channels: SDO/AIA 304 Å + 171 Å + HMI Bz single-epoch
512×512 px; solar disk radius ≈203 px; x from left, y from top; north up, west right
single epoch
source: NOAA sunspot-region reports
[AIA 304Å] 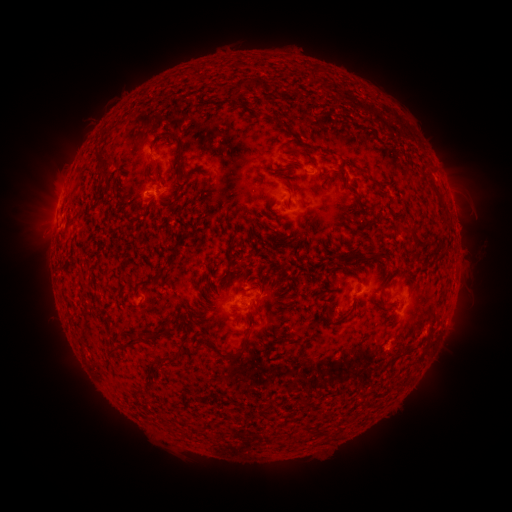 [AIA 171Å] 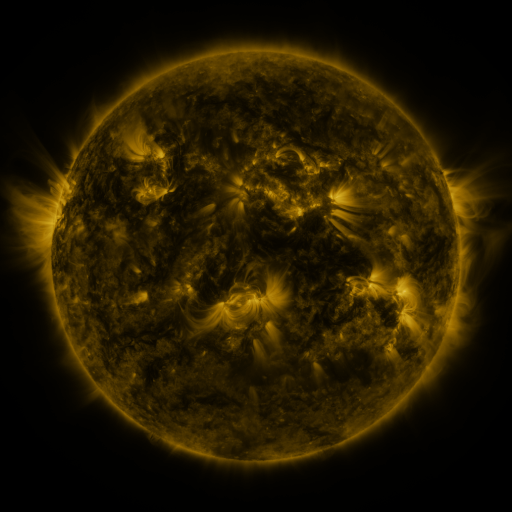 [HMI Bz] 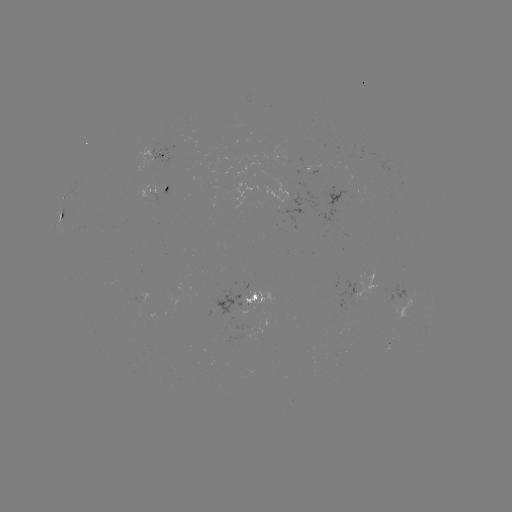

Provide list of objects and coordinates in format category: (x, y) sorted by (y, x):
spotted active region: (165, 156)
spotted active region: (153, 192)
spotted active region: (62, 217)
spotted active region: (249, 297)
